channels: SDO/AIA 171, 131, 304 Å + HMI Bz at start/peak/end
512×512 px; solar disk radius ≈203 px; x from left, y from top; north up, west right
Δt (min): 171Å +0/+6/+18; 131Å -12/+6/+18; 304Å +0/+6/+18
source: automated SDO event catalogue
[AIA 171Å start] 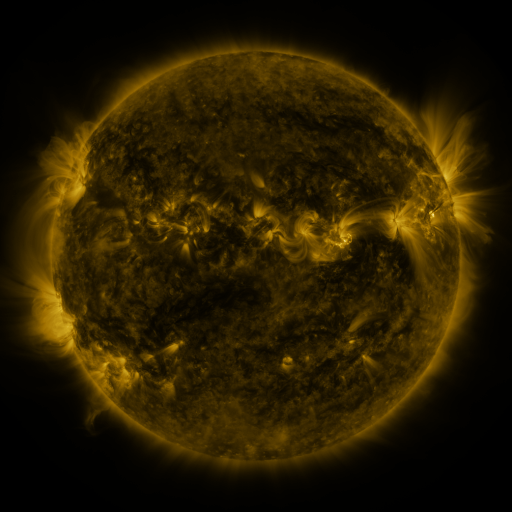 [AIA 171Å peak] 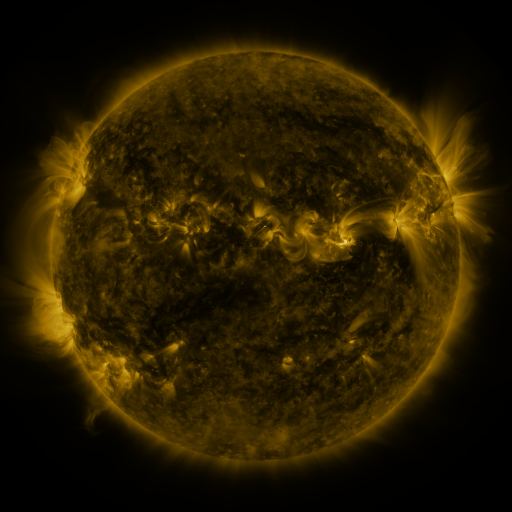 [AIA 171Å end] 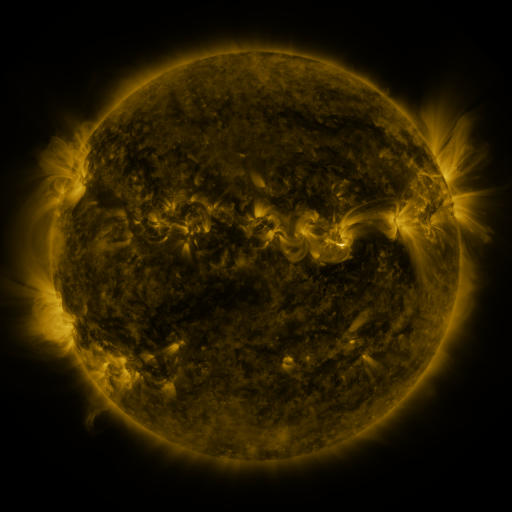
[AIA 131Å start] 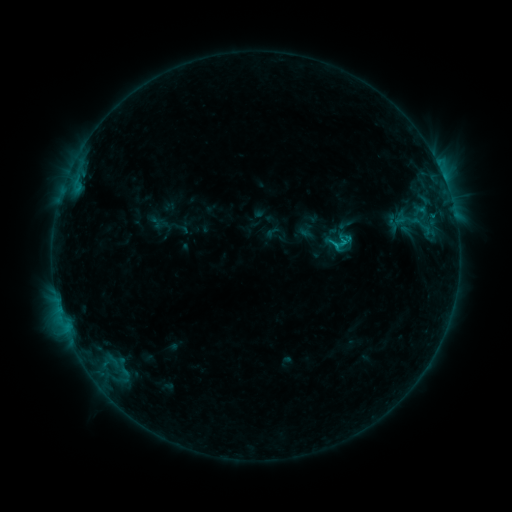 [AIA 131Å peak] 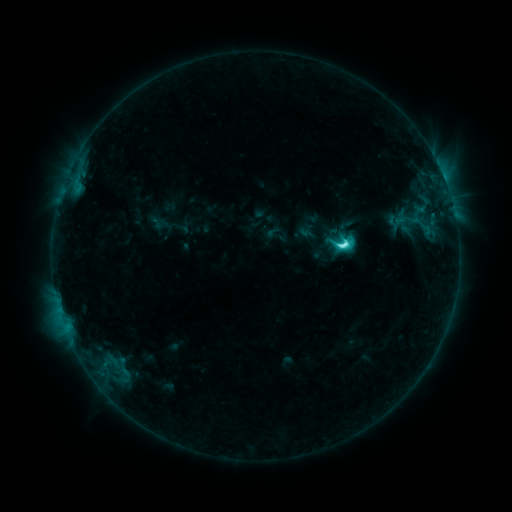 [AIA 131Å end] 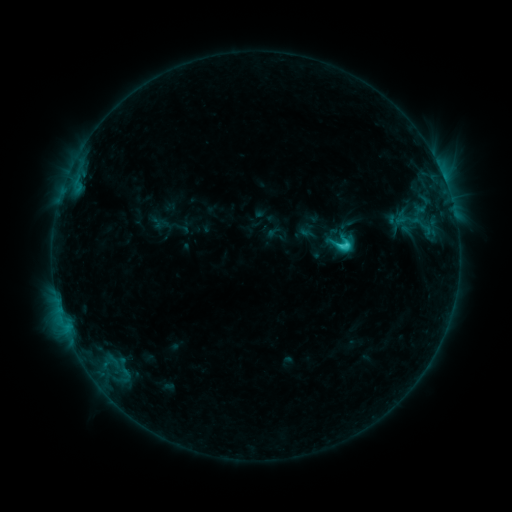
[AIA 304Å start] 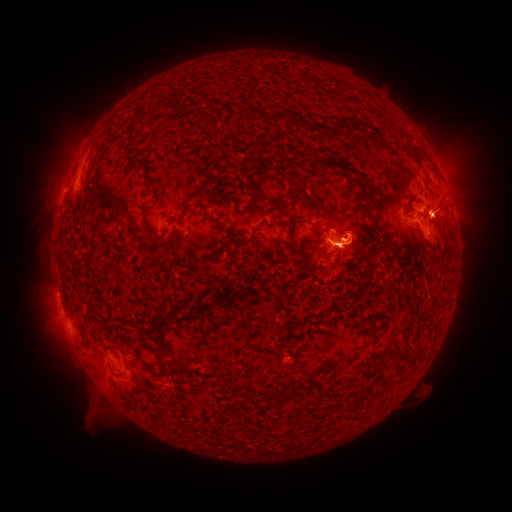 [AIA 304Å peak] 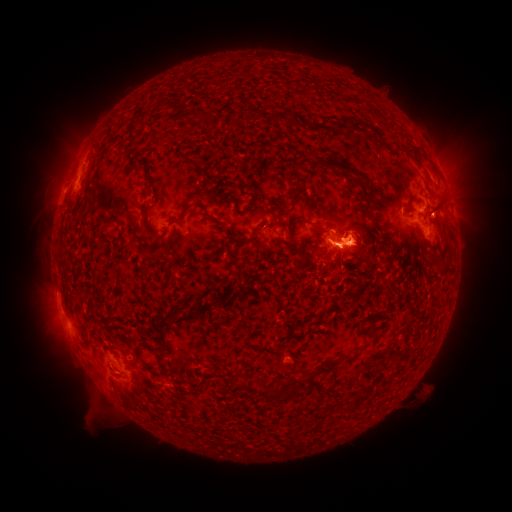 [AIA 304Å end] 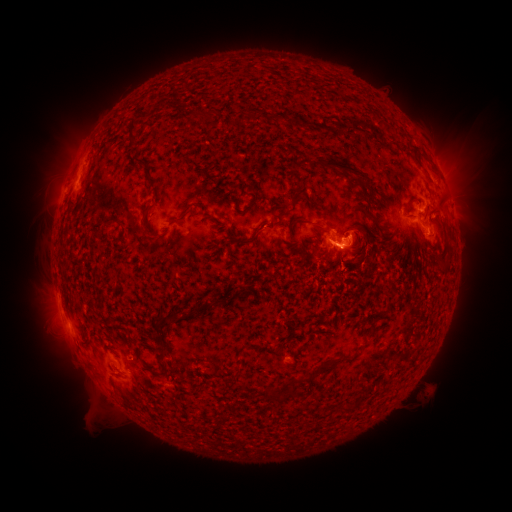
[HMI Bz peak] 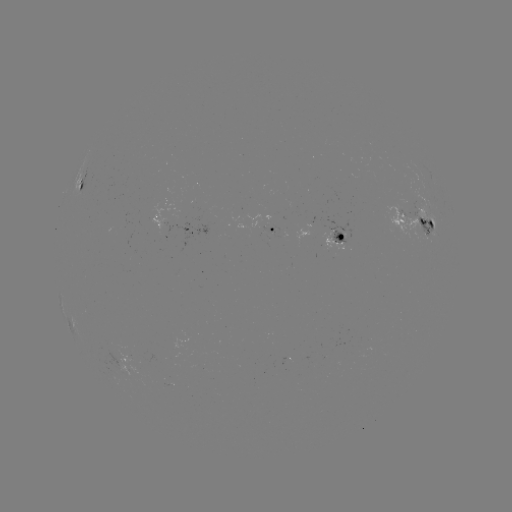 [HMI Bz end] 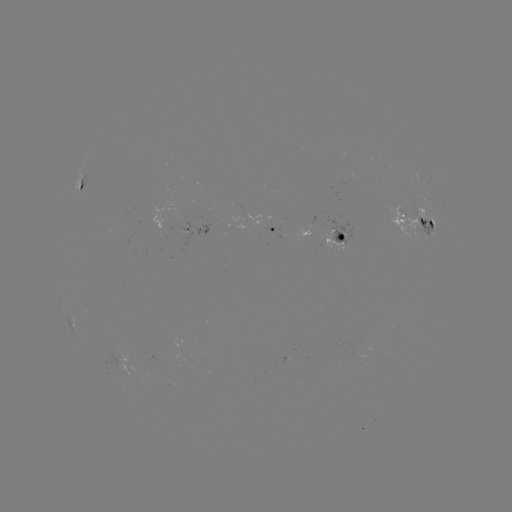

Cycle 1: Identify eruption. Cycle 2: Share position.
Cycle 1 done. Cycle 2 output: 366,243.